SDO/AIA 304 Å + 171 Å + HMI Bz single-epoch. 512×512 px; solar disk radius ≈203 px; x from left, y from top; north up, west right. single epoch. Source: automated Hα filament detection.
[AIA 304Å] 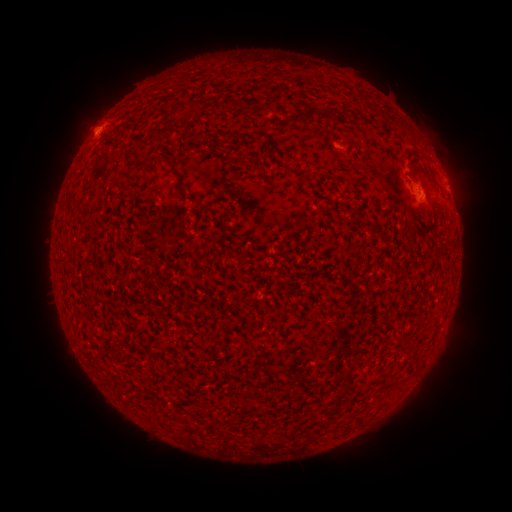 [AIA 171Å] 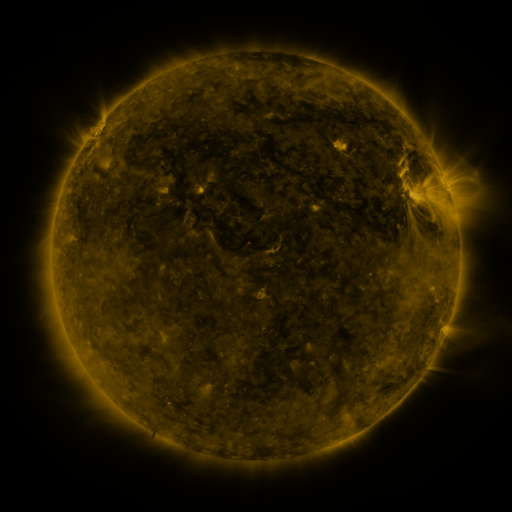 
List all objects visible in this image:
filament: [290, 108, 321, 124]
filament: [151, 126, 177, 139]
filament: [156, 149, 183, 178]
filament: [295, 168, 311, 178]
filament: [419, 188, 426, 198]
